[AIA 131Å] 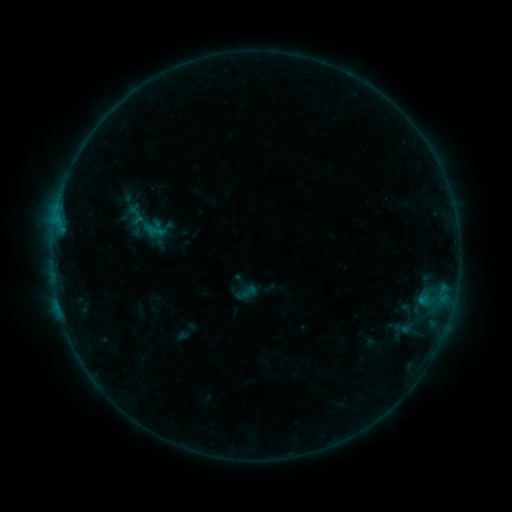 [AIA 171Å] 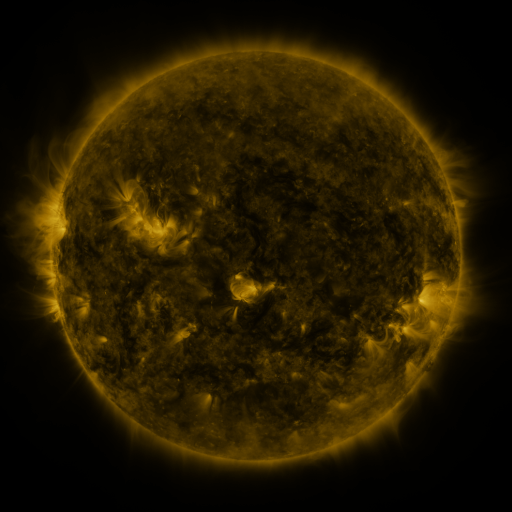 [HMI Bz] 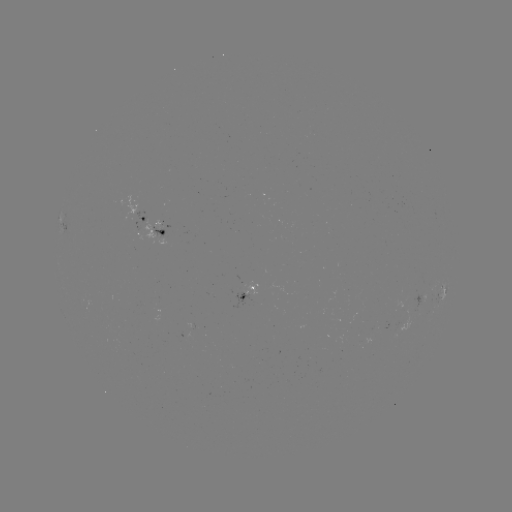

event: sigmoid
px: (249, 291)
